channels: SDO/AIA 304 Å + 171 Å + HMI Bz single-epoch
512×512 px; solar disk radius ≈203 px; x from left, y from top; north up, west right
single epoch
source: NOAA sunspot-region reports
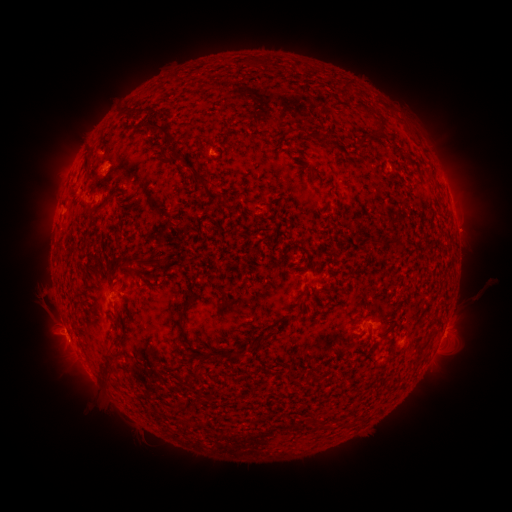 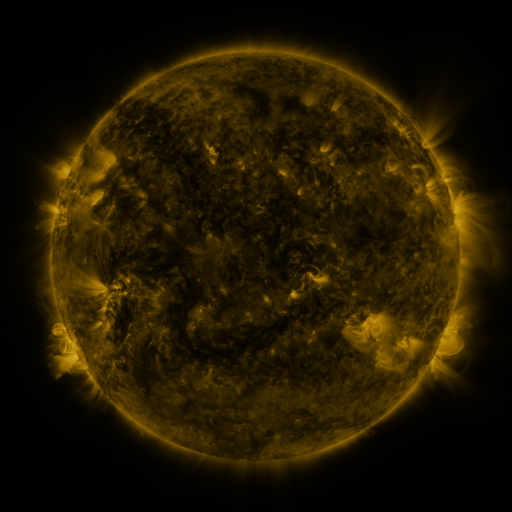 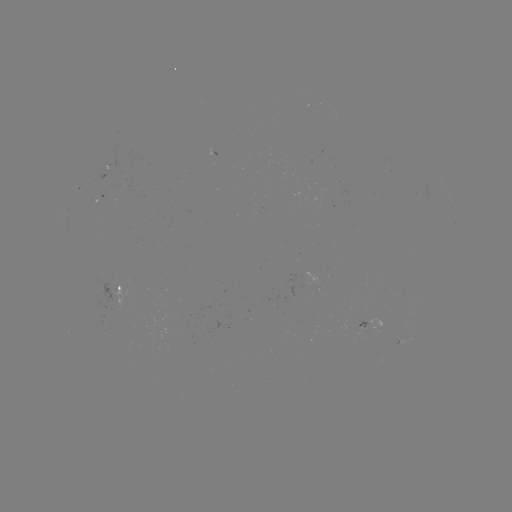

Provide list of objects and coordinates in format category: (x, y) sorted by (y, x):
spotted active region: (83, 189)
spotted active region: (106, 194)
spotted active region: (454, 220)
spotted active region: (121, 291)
spotted active region: (369, 323)
spotted active region: (408, 335)
